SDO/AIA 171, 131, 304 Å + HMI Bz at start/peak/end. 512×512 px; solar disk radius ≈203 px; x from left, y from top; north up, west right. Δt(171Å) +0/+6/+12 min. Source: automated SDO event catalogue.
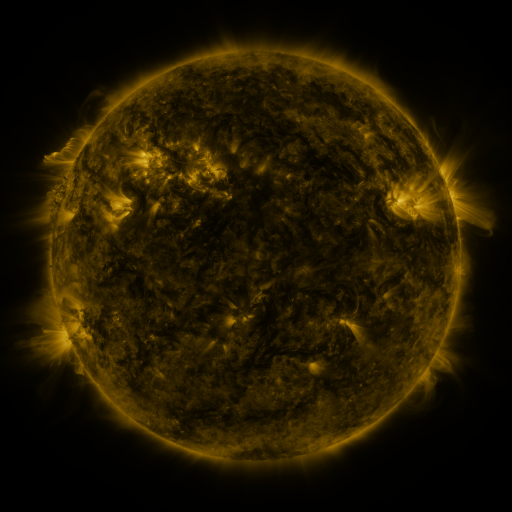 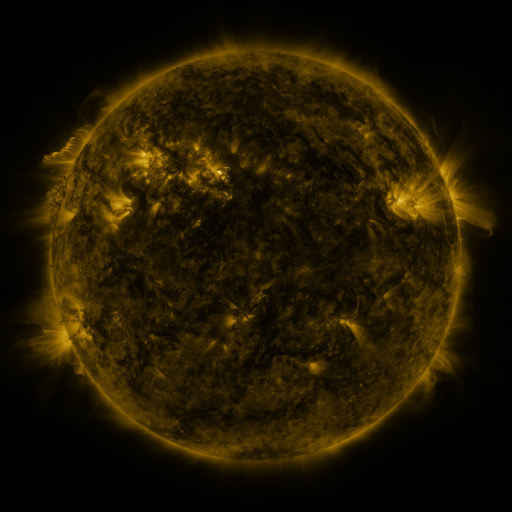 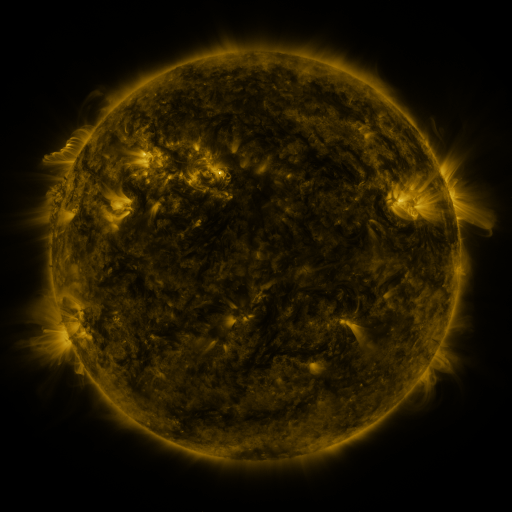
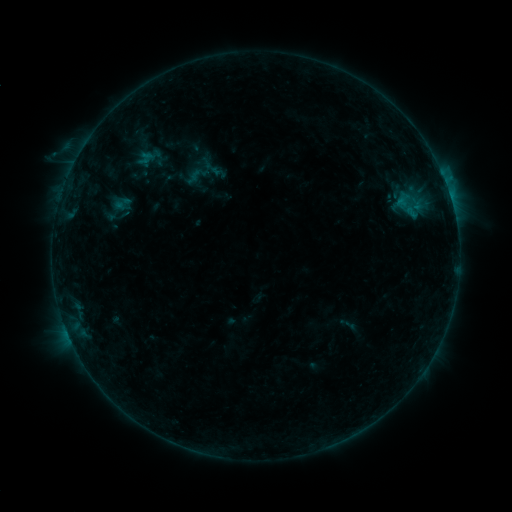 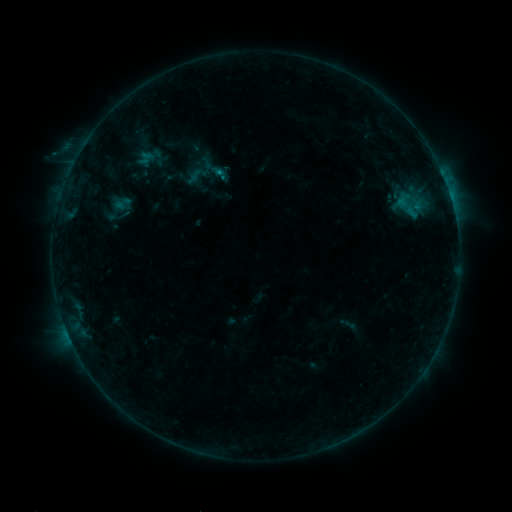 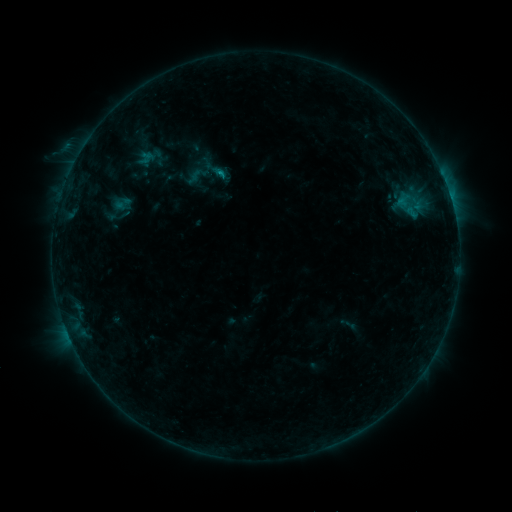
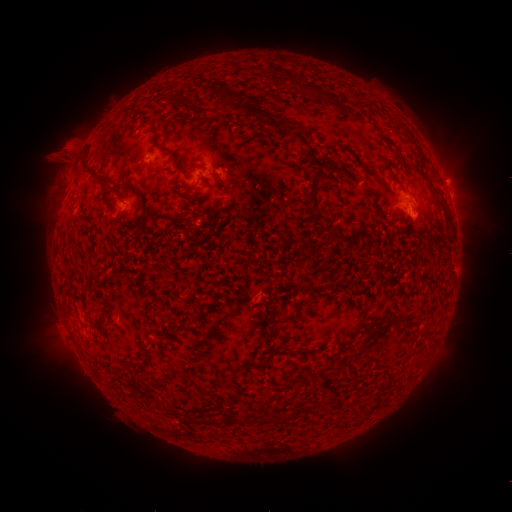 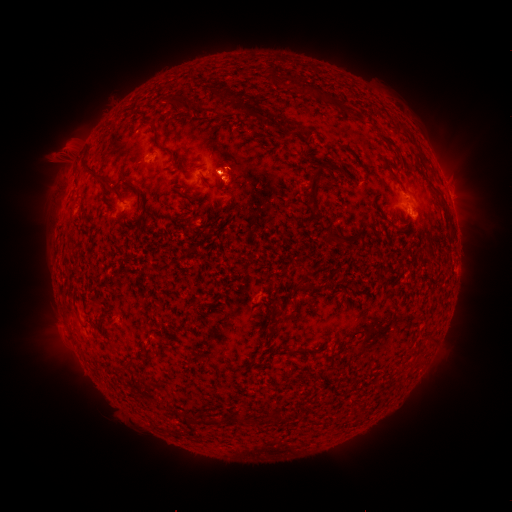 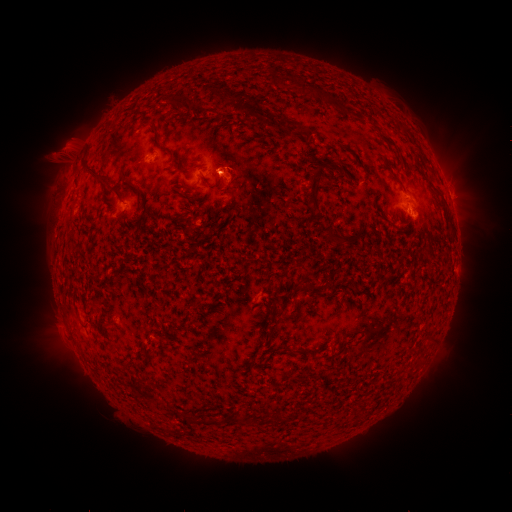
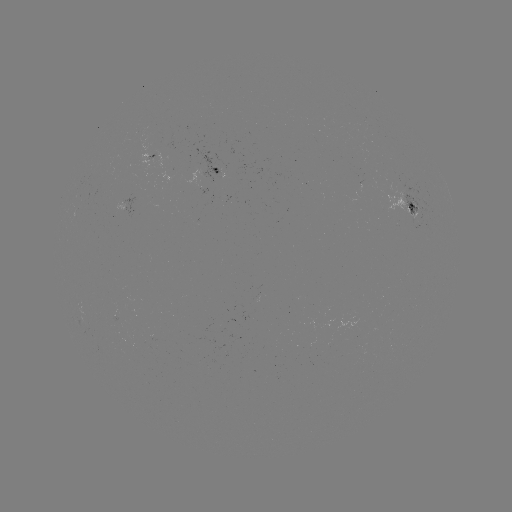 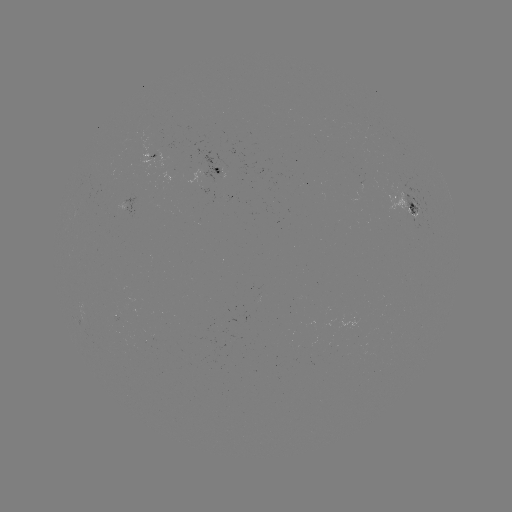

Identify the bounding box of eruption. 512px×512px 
[203, 139, 258, 206].